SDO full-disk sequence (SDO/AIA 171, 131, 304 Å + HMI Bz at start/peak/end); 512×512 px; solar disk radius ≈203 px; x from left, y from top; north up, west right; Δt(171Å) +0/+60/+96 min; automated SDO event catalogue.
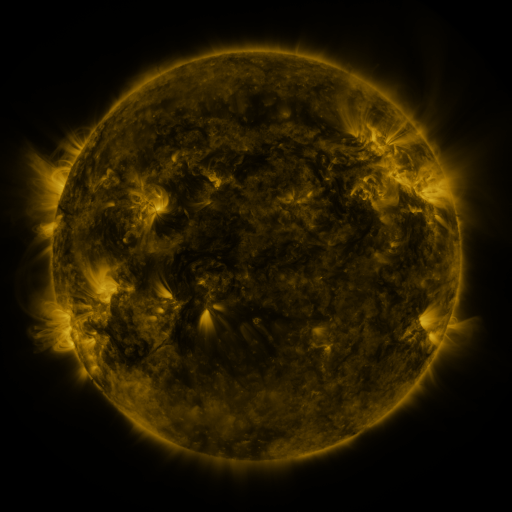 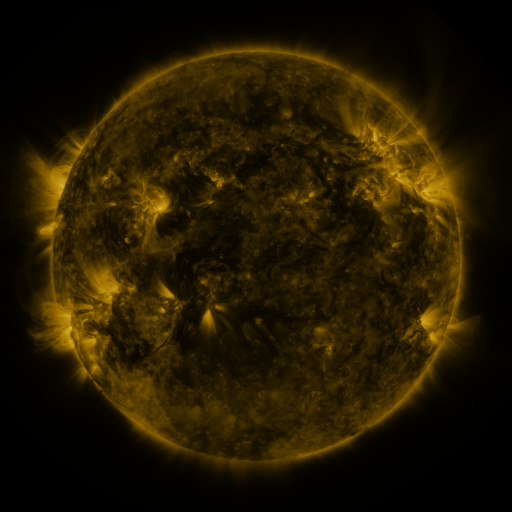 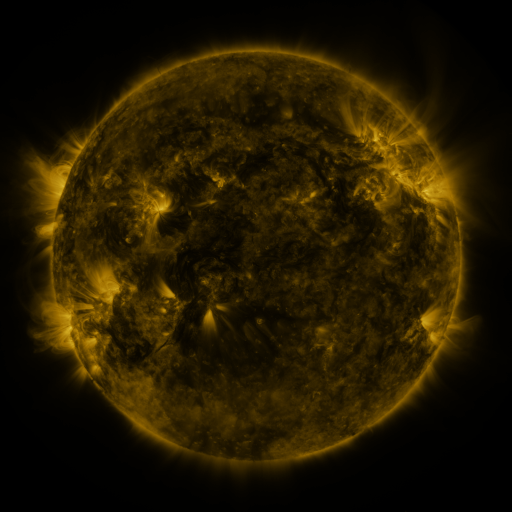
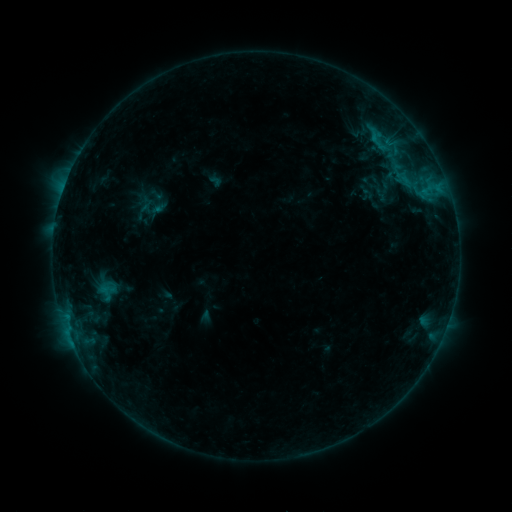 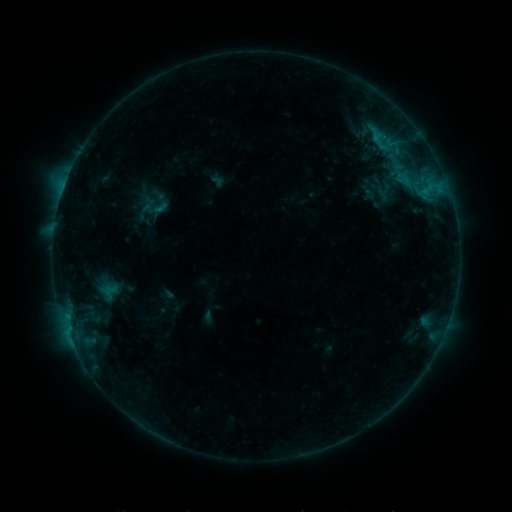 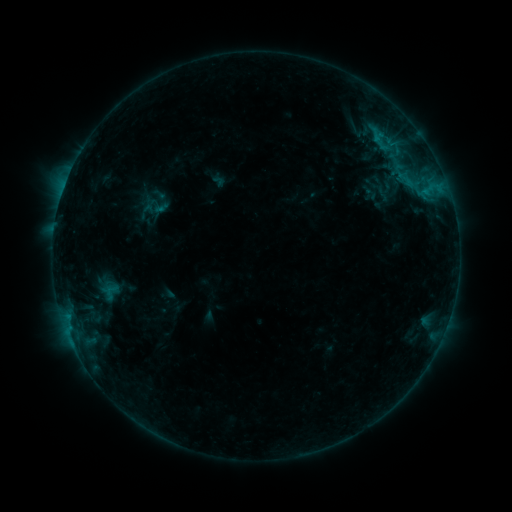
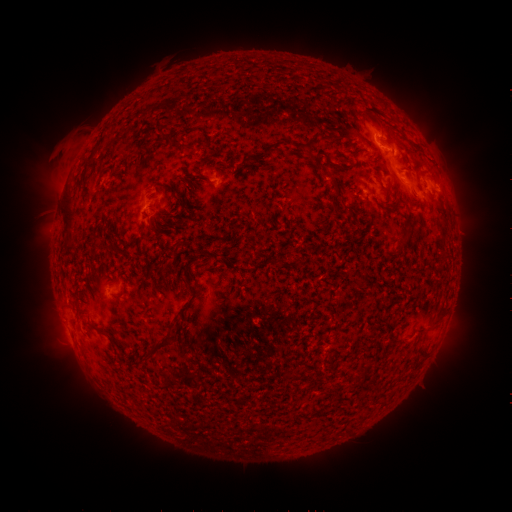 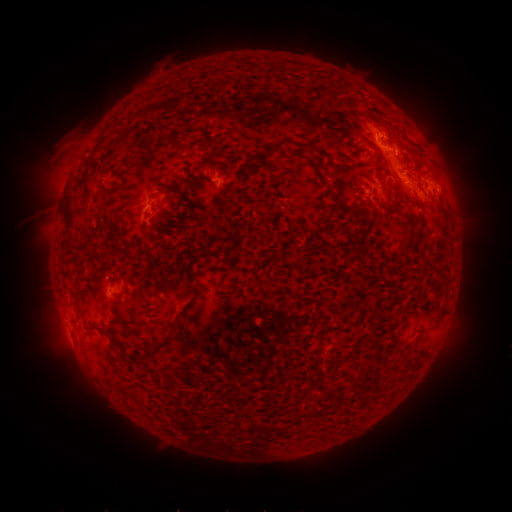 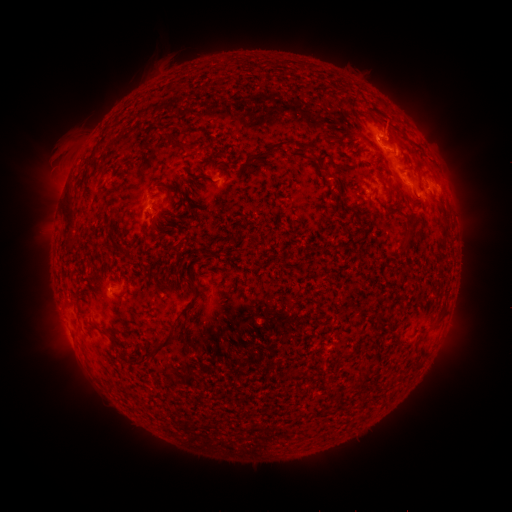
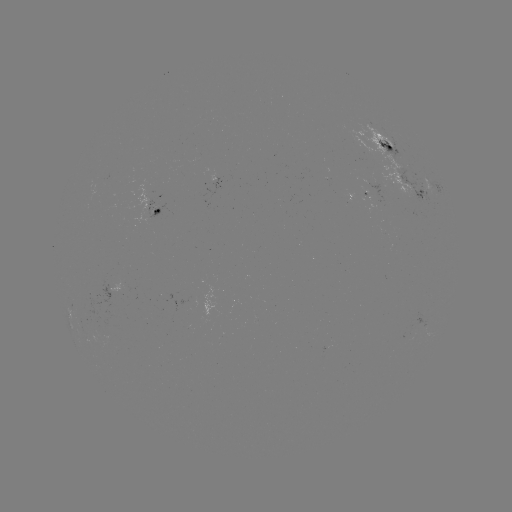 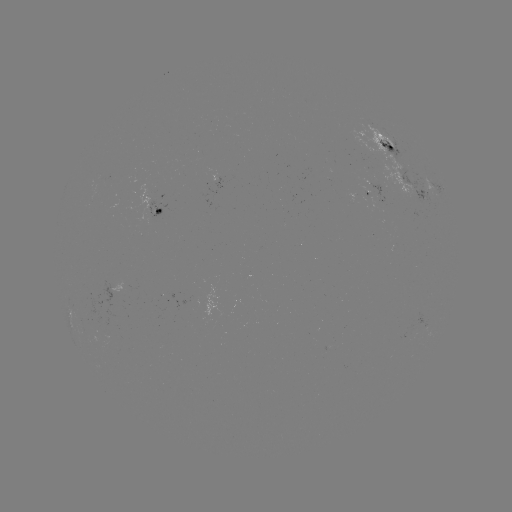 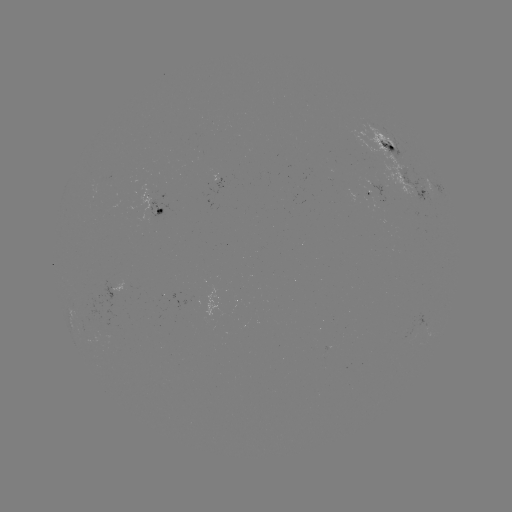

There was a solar emerging-flux region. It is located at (153, 199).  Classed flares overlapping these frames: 1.